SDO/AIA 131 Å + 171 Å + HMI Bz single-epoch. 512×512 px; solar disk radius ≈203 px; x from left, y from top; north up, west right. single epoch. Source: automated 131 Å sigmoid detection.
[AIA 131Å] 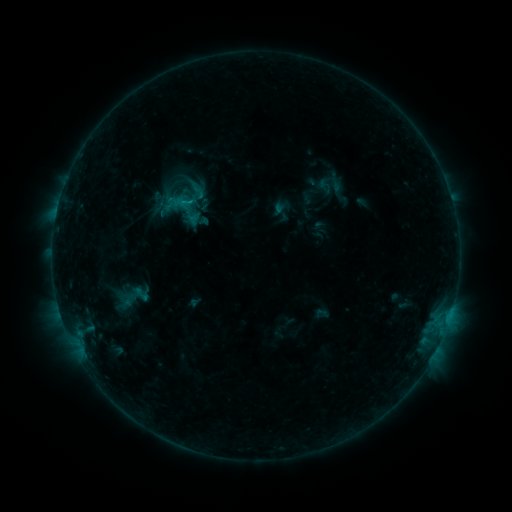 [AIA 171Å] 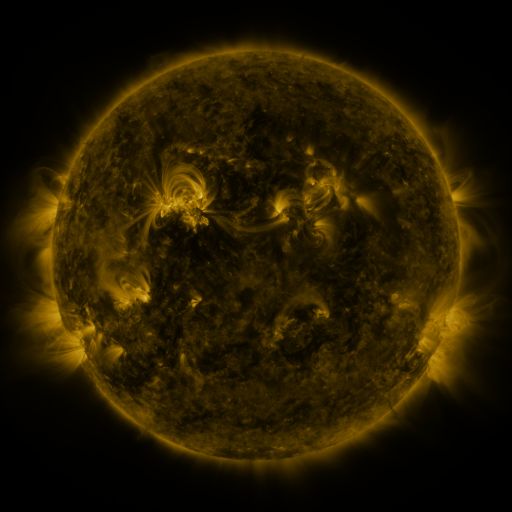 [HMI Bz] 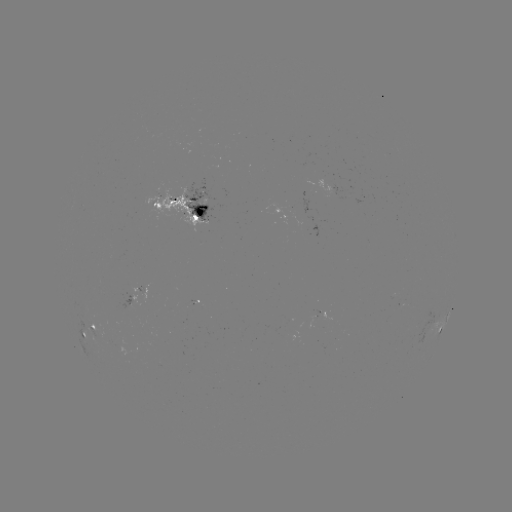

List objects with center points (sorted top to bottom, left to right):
sigmoid: (188, 181, 207, 200)
sigmoid: (109, 280, 157, 316)
